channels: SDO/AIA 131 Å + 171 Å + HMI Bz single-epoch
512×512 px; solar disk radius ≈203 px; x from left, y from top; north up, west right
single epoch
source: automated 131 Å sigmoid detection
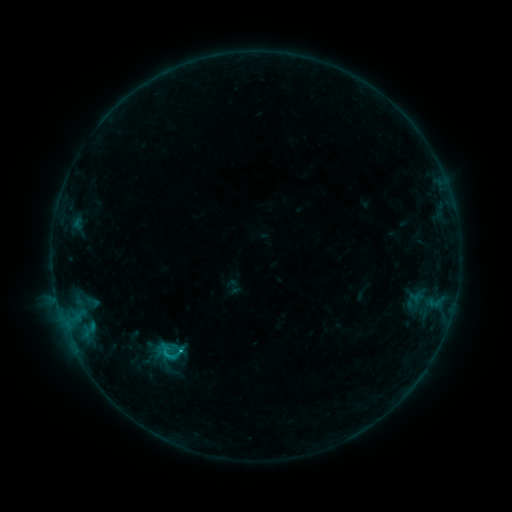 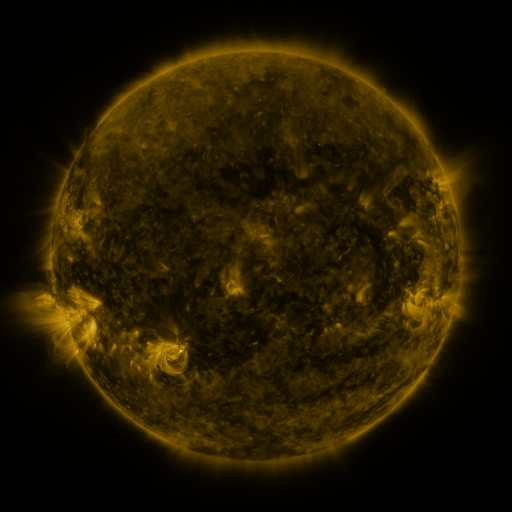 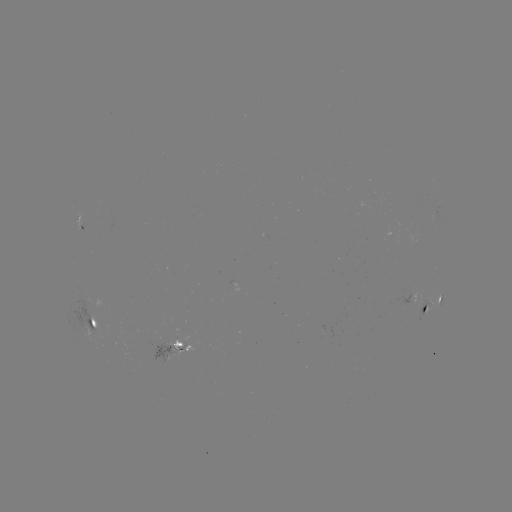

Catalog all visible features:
sigmoid: (150, 335, 192, 369)
